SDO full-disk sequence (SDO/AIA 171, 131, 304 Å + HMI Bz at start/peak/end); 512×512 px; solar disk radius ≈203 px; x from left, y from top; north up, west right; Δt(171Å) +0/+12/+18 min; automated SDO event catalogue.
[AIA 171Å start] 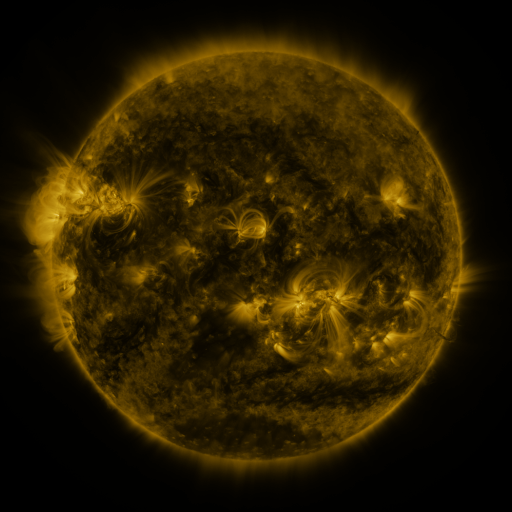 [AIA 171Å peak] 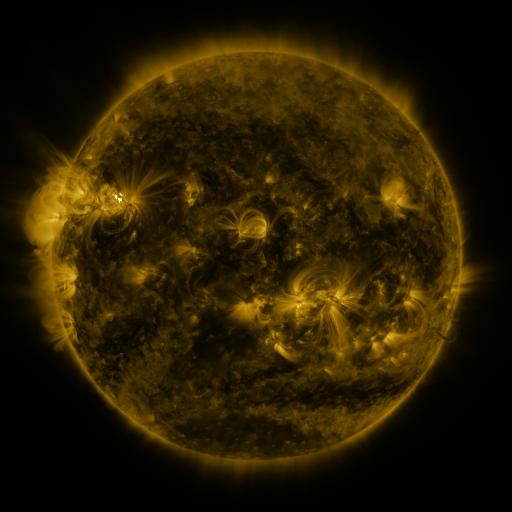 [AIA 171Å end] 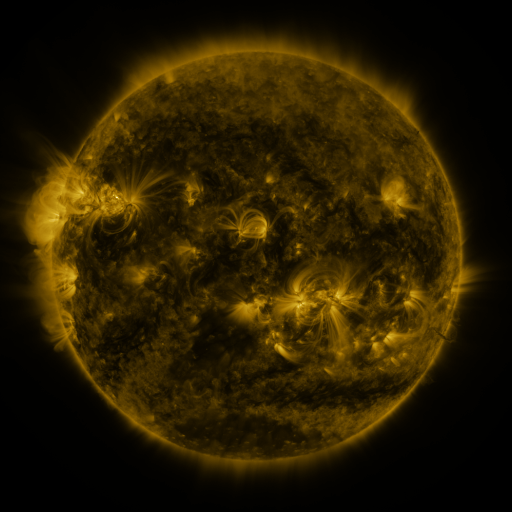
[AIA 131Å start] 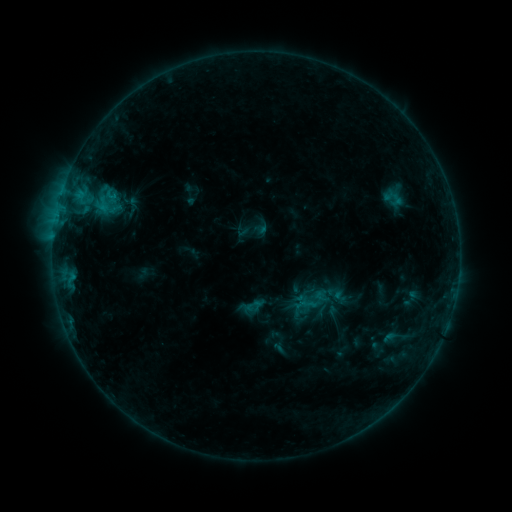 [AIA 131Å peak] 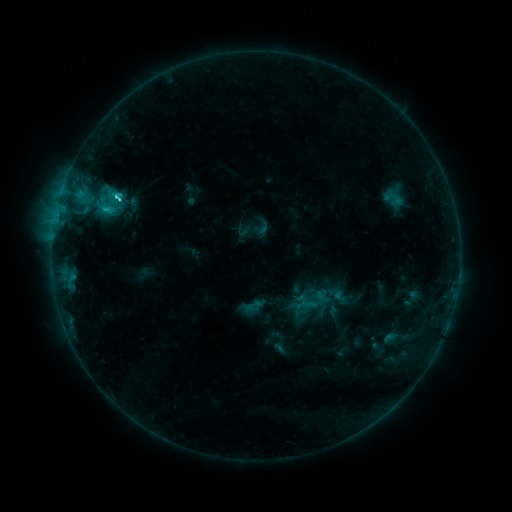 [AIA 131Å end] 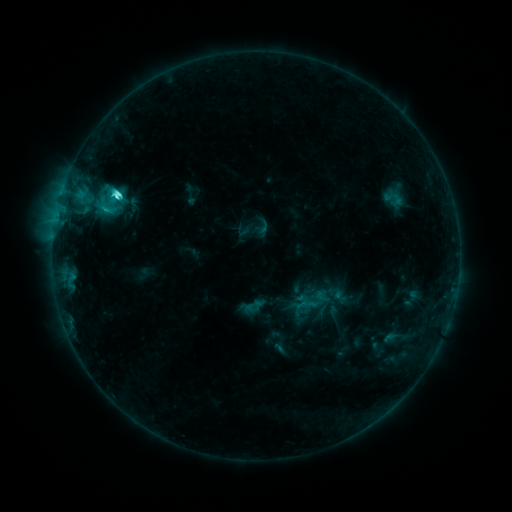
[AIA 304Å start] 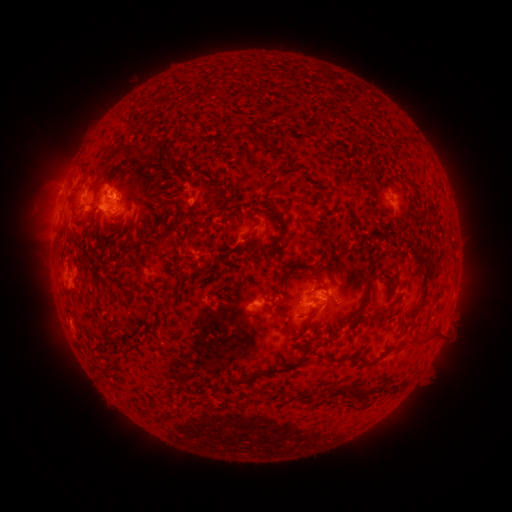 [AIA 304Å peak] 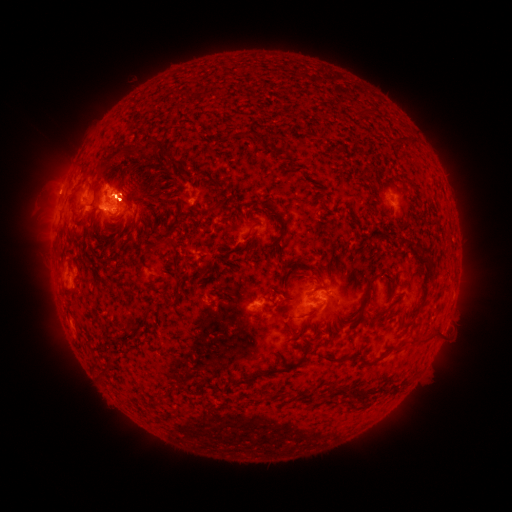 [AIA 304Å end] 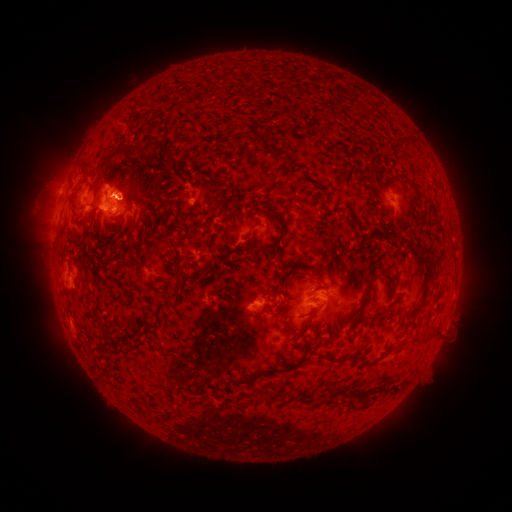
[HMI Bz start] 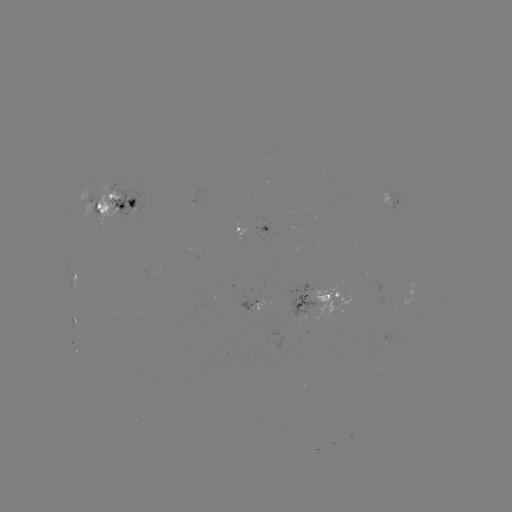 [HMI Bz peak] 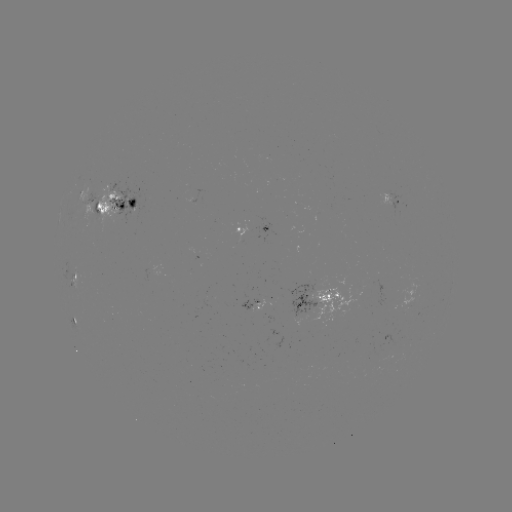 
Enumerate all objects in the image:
C5.5 flare: (118, 198)
